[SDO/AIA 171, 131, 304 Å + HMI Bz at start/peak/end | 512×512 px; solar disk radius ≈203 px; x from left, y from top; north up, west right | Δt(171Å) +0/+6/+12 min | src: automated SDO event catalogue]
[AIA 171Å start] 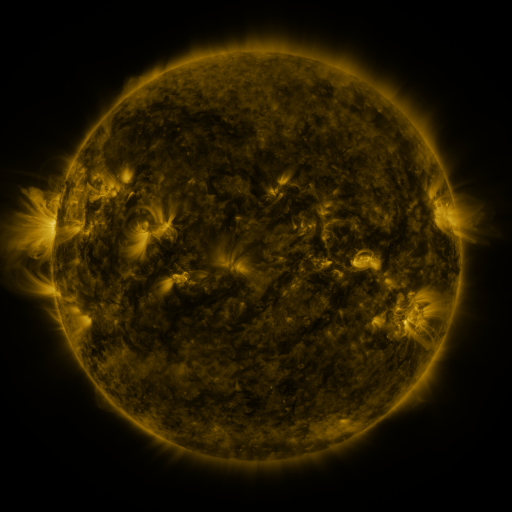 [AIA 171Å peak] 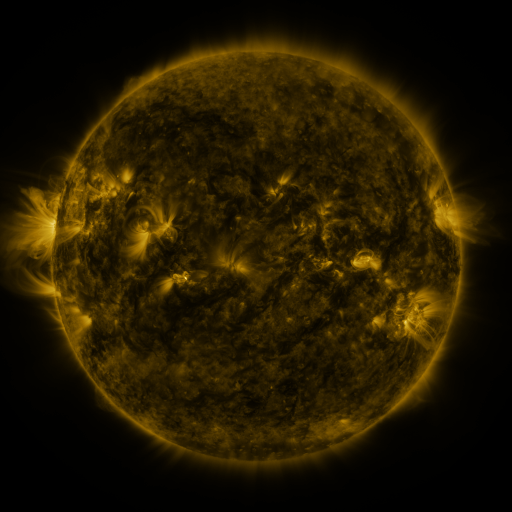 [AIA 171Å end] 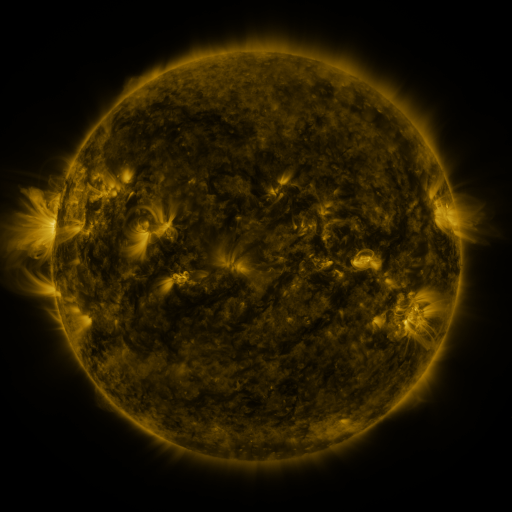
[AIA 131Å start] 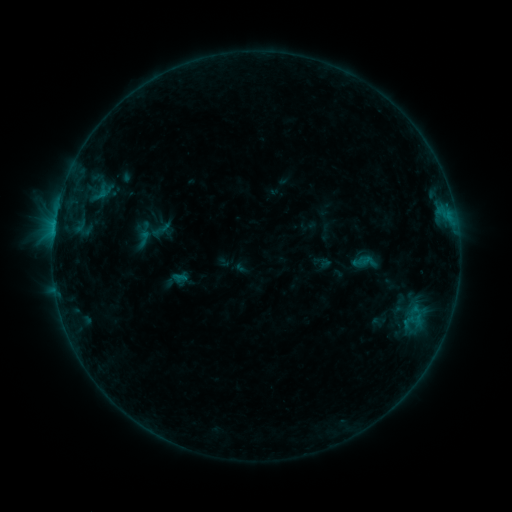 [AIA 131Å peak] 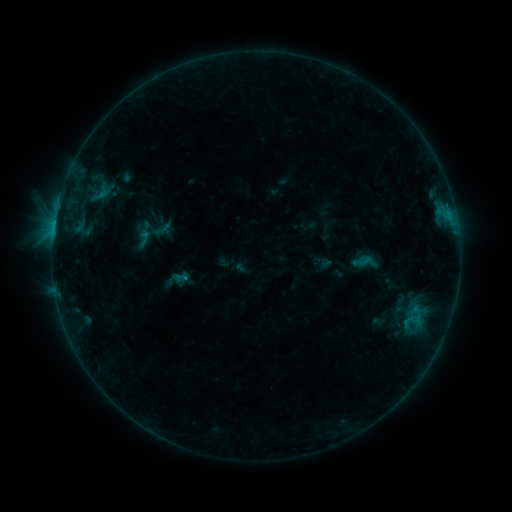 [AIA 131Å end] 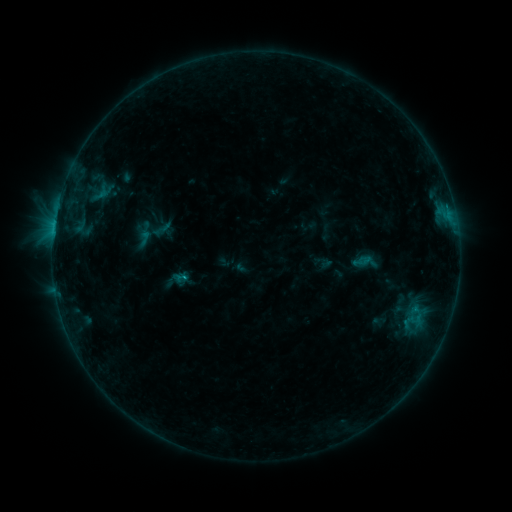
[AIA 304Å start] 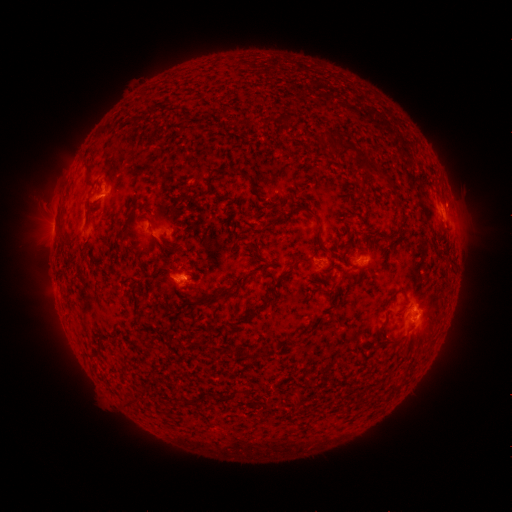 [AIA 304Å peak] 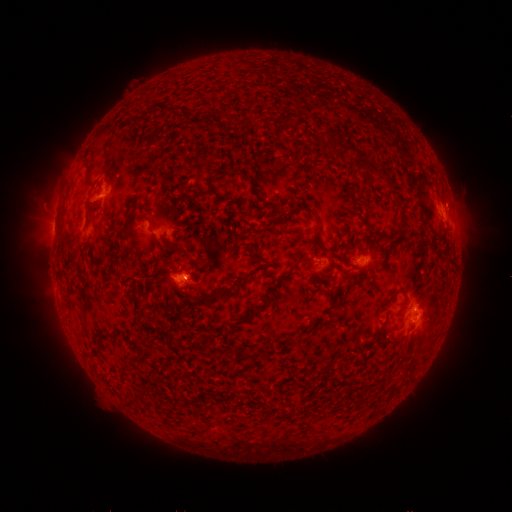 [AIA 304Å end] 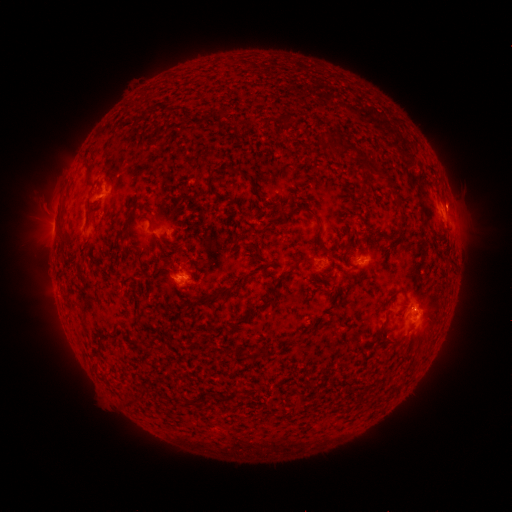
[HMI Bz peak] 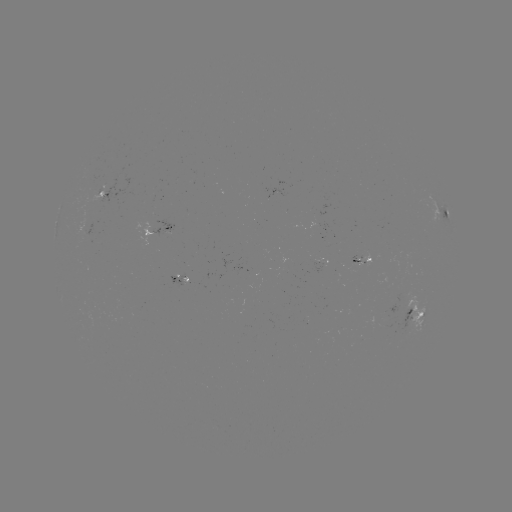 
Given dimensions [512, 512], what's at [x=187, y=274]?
C1.0 flare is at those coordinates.